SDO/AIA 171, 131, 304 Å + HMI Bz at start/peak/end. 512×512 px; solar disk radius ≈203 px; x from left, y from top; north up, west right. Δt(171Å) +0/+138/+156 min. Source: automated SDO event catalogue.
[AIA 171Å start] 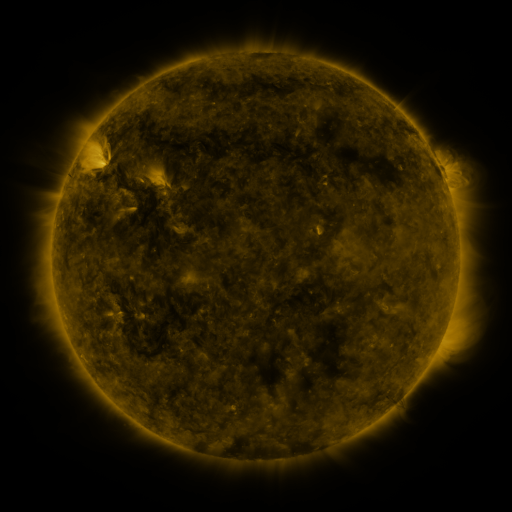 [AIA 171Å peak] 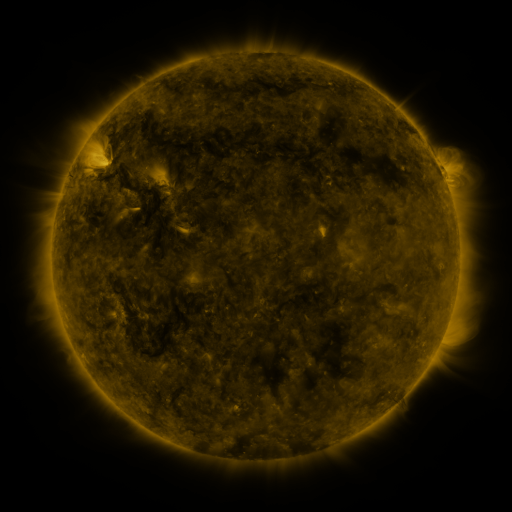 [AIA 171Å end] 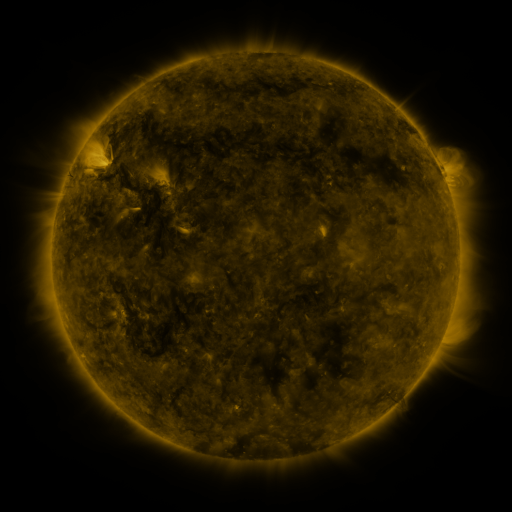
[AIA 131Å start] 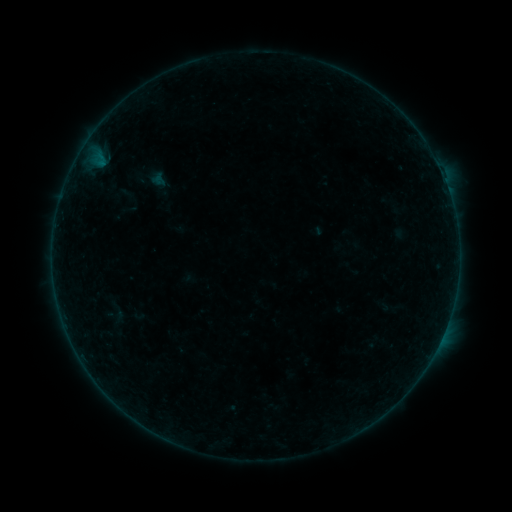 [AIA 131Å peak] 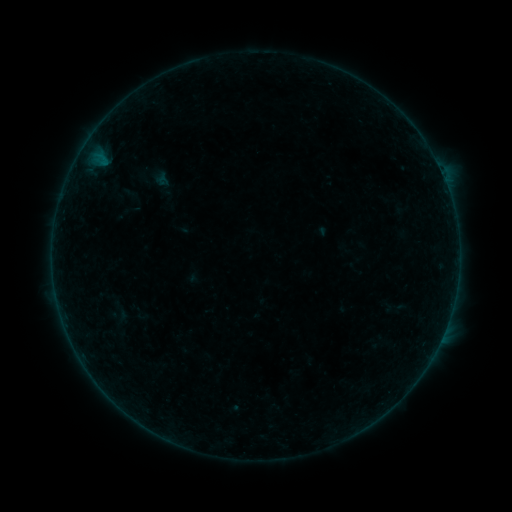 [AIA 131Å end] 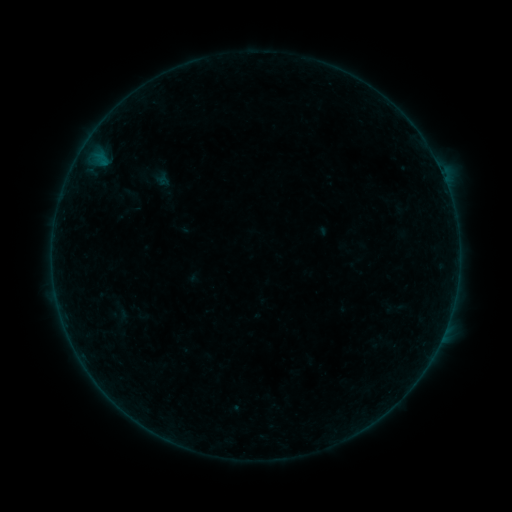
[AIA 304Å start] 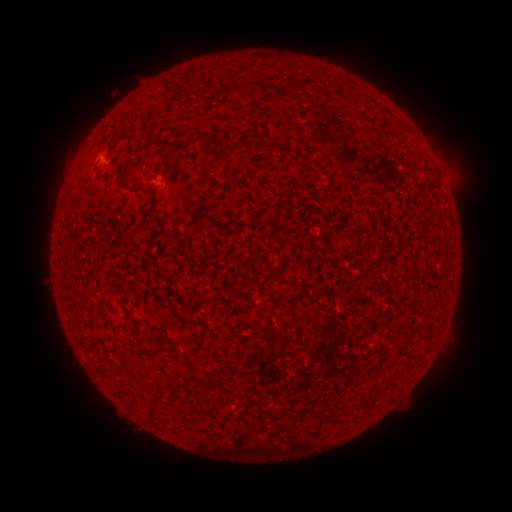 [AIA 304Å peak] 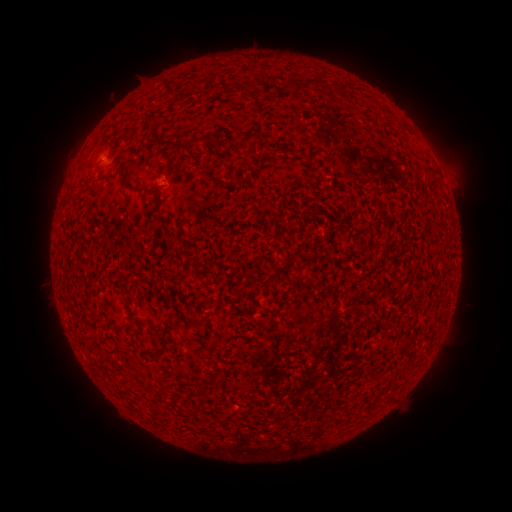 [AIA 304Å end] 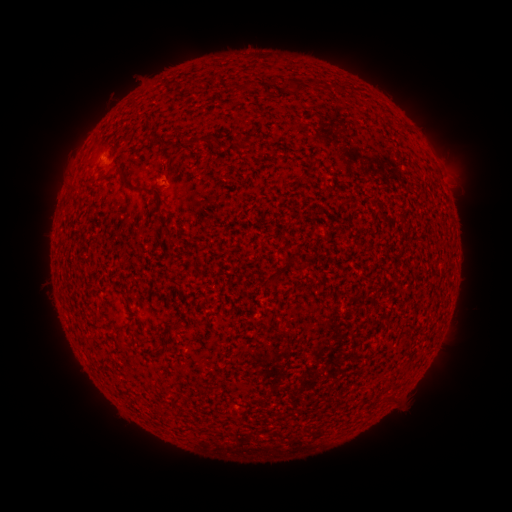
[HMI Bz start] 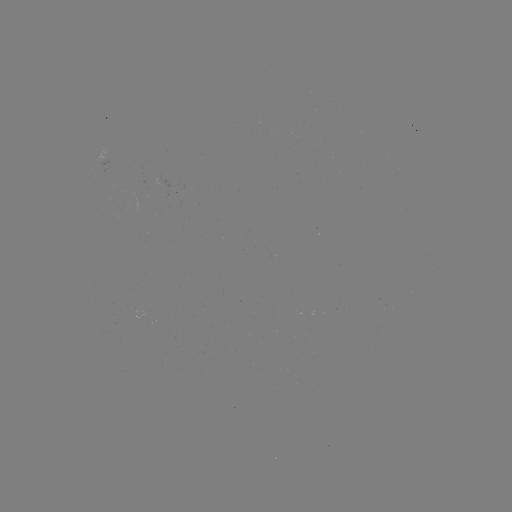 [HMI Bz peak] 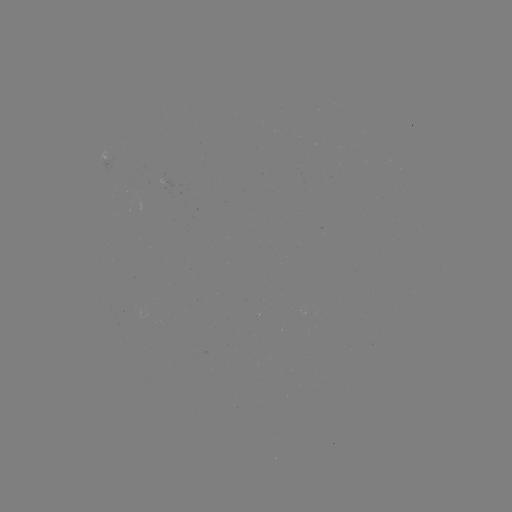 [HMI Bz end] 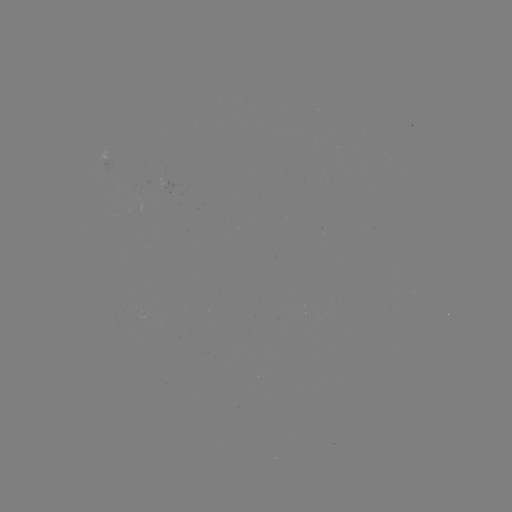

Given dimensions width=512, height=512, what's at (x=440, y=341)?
A6.9 flare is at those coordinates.